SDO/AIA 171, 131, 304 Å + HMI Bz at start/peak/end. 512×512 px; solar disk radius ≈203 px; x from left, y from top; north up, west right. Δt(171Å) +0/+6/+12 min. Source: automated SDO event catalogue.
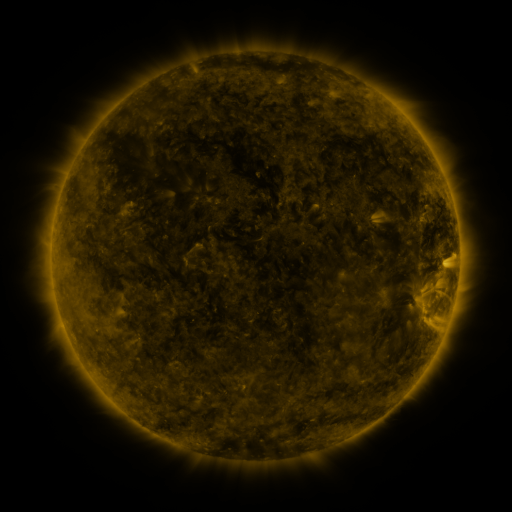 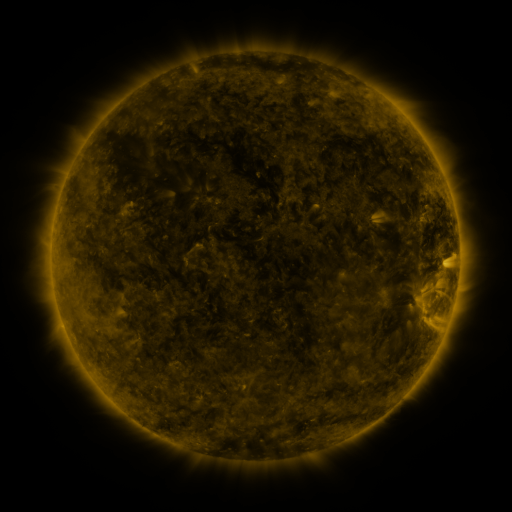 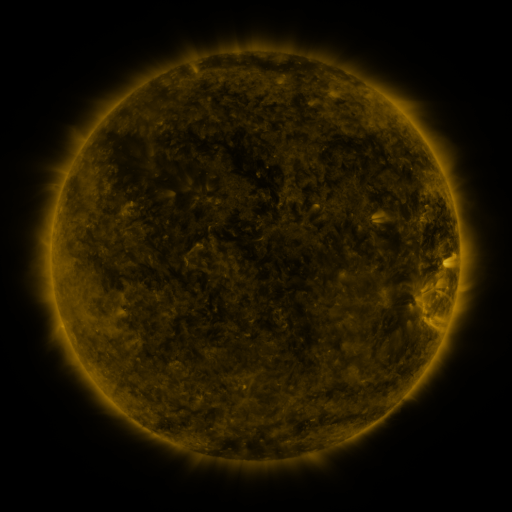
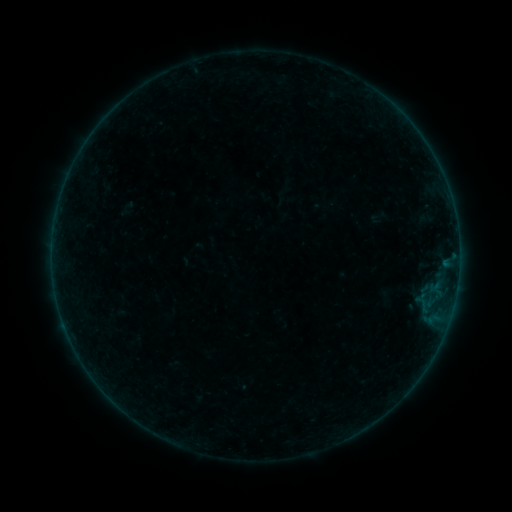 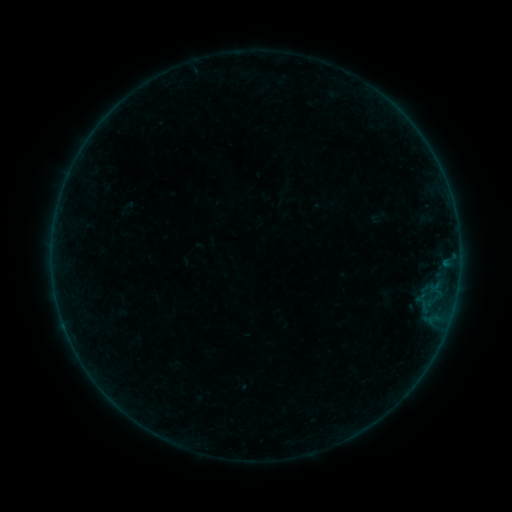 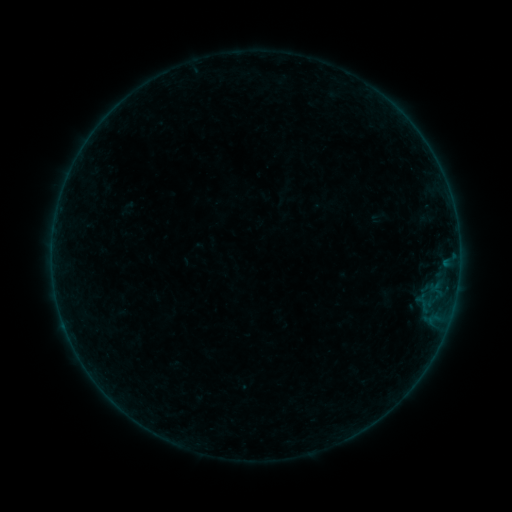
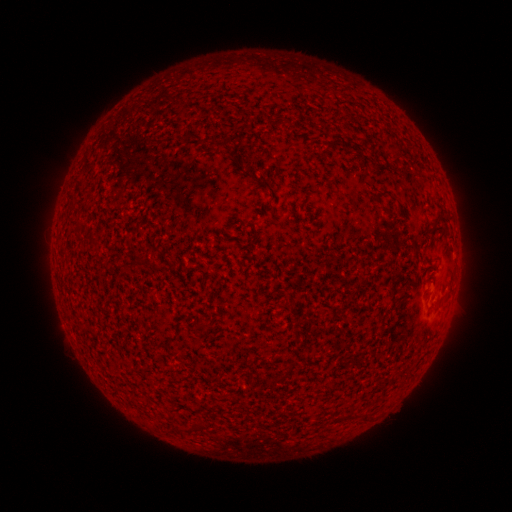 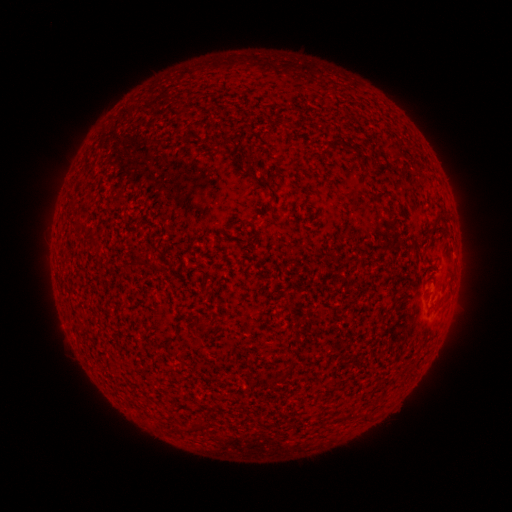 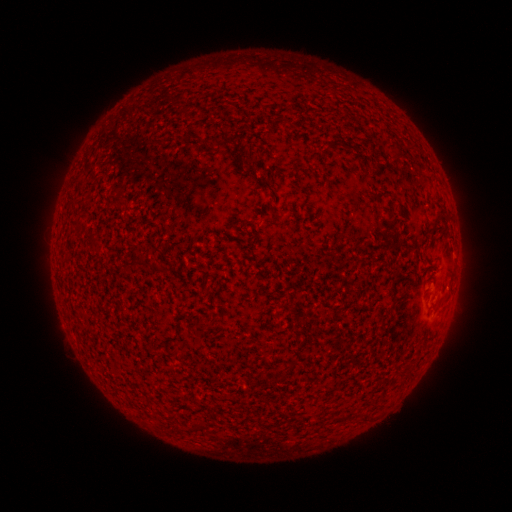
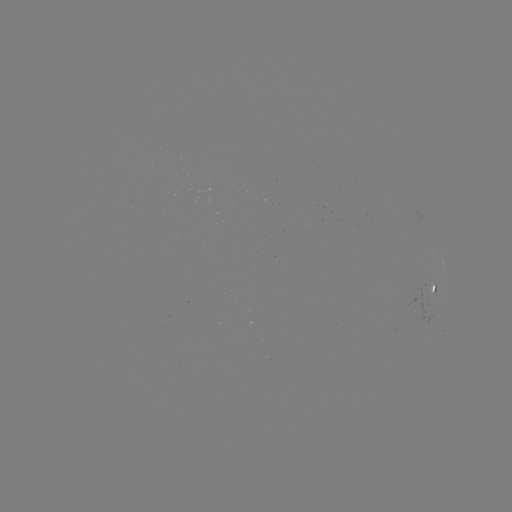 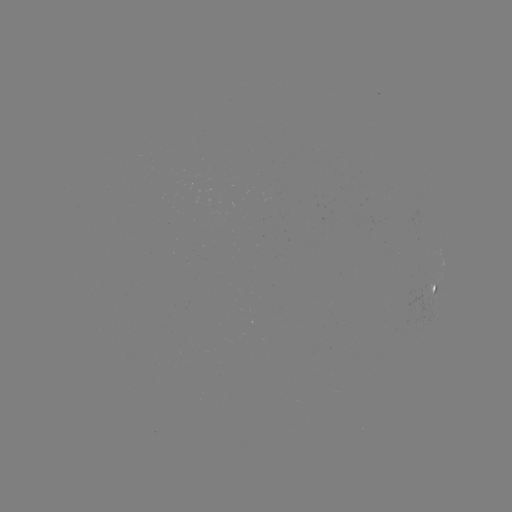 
no catalogued flare and no flagged EUV brightening in this window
